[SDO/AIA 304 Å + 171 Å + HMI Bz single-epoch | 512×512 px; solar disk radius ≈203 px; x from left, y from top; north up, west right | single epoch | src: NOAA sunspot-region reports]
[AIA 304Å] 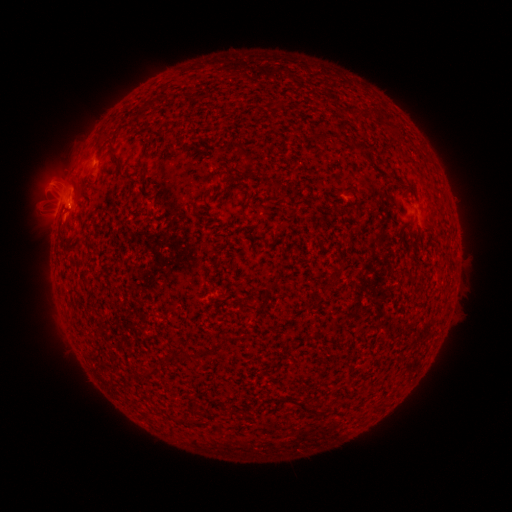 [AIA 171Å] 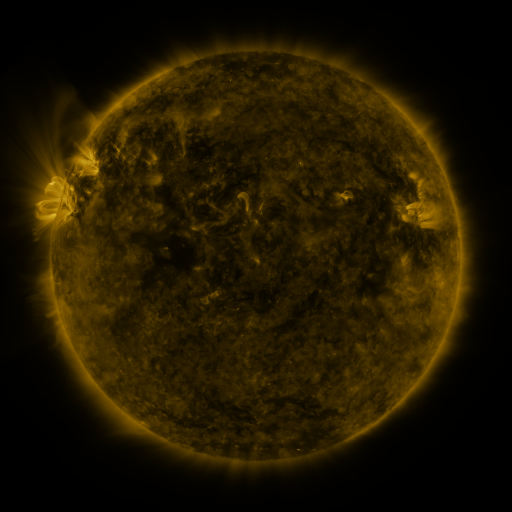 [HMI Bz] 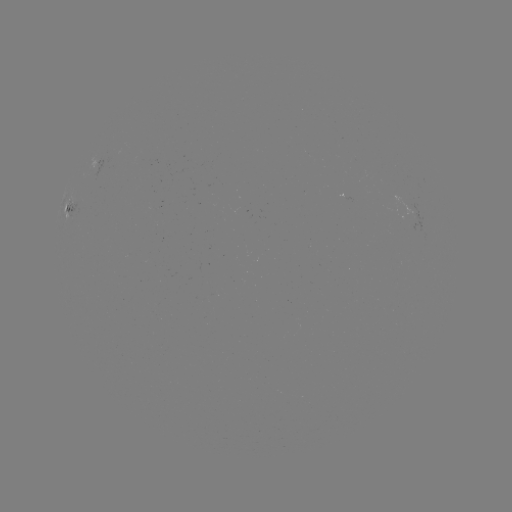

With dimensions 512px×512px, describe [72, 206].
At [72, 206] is spotted active region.